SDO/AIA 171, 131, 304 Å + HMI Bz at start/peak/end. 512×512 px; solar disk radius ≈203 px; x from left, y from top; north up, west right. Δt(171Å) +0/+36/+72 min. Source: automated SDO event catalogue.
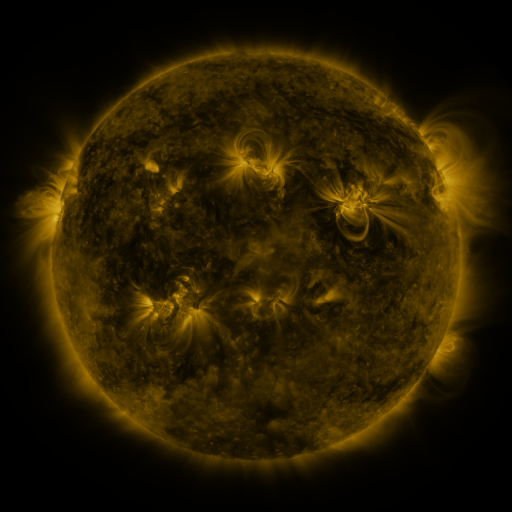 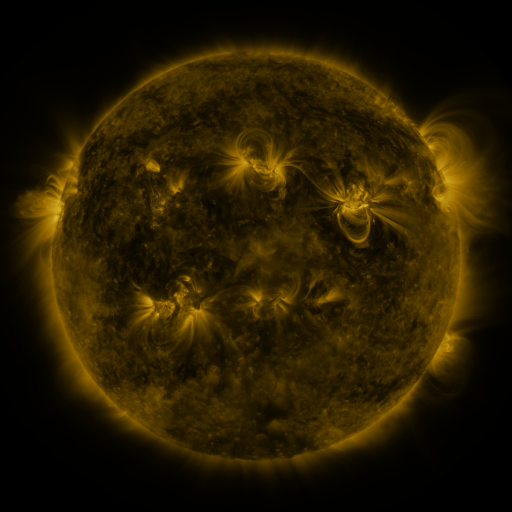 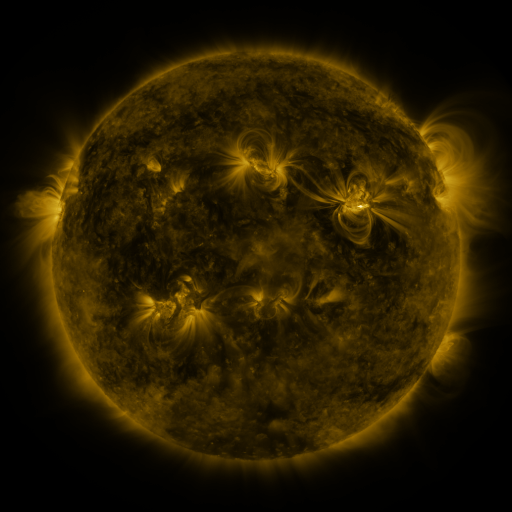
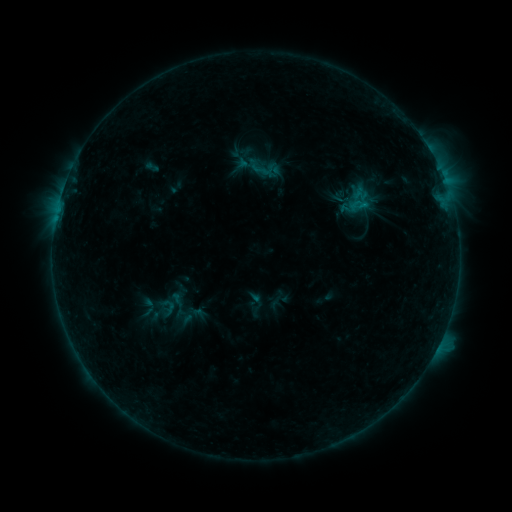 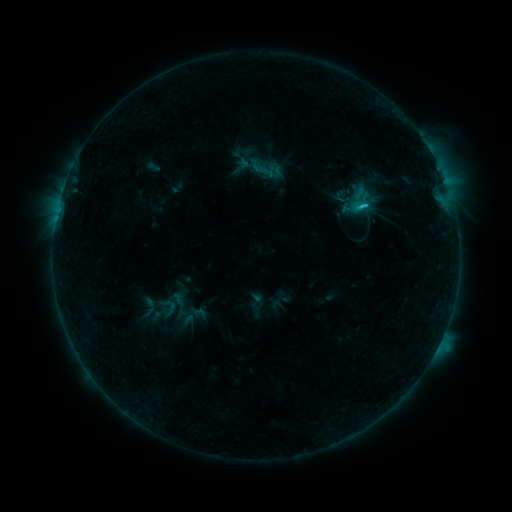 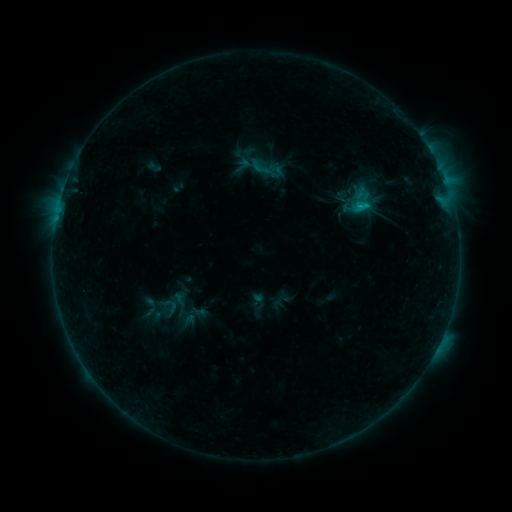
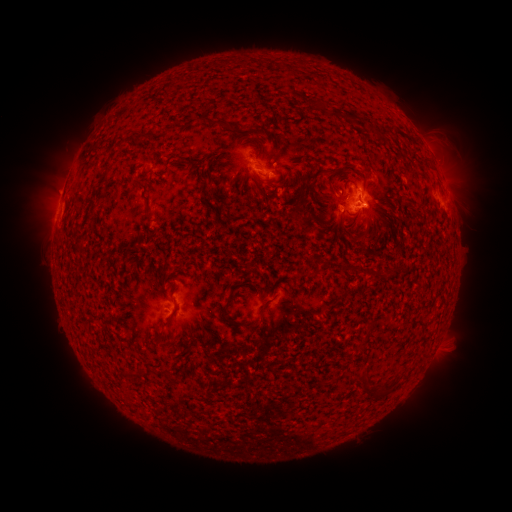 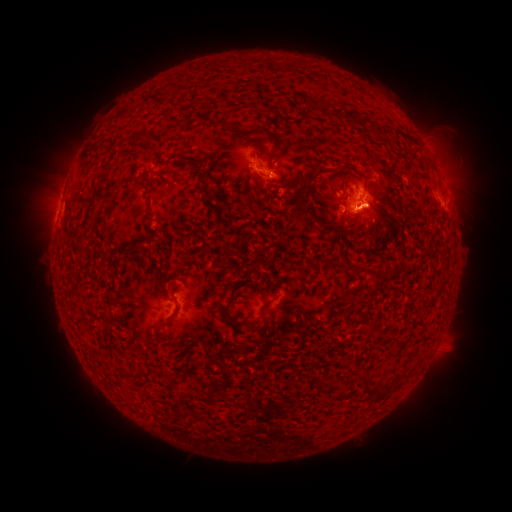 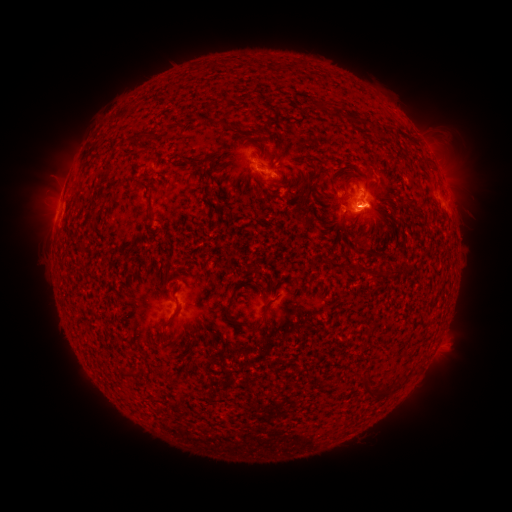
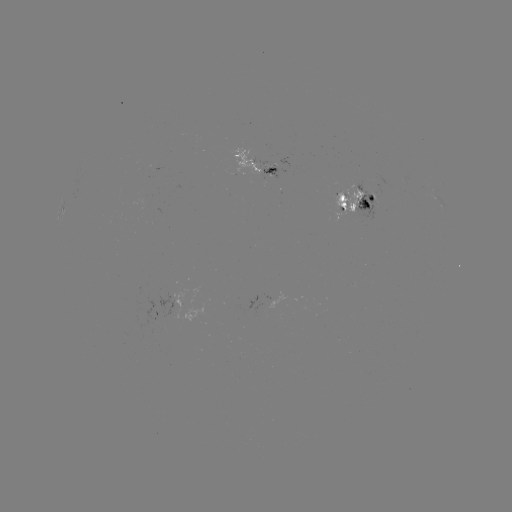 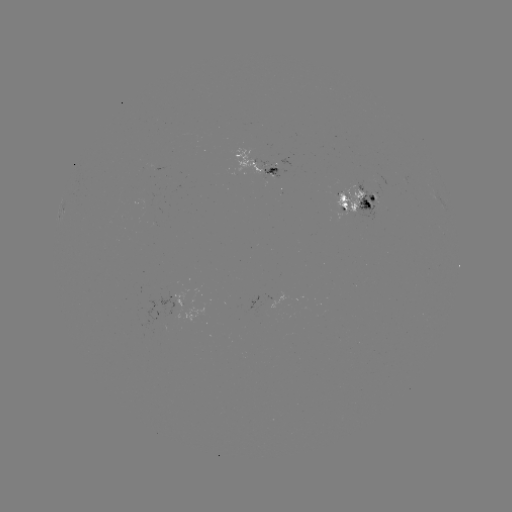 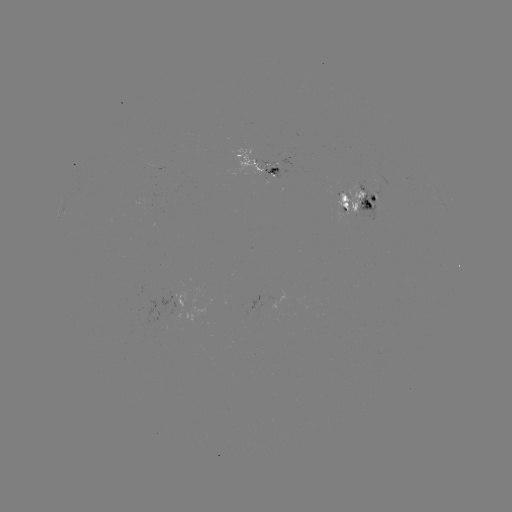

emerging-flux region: [333, 186, 366, 214]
